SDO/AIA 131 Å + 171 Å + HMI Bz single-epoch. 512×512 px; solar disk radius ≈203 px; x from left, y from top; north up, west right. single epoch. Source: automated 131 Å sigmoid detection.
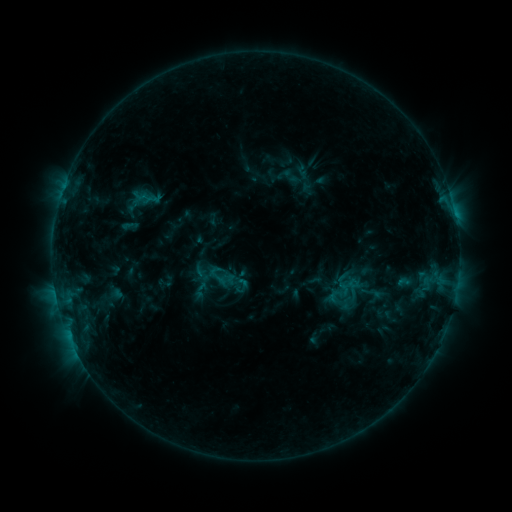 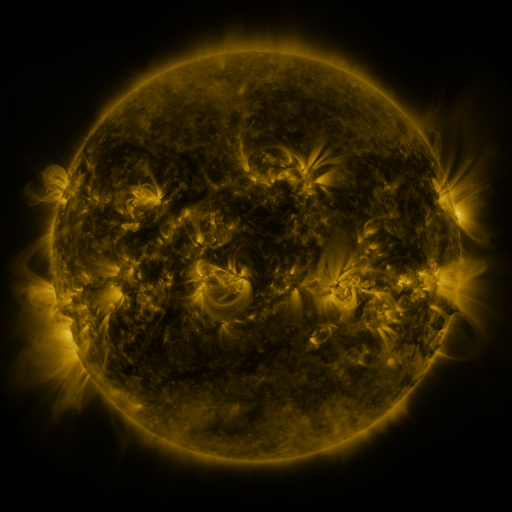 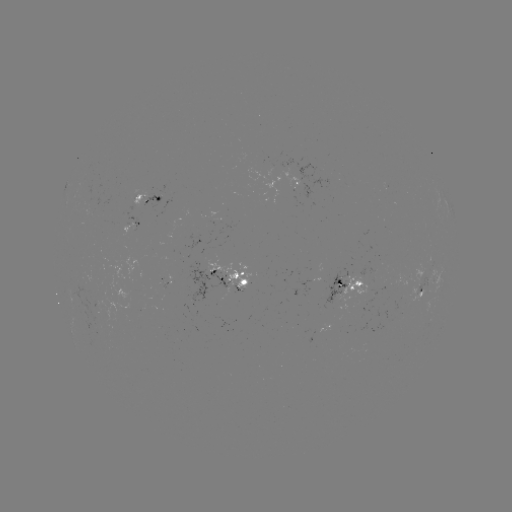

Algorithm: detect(sigmoid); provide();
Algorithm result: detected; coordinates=375,296